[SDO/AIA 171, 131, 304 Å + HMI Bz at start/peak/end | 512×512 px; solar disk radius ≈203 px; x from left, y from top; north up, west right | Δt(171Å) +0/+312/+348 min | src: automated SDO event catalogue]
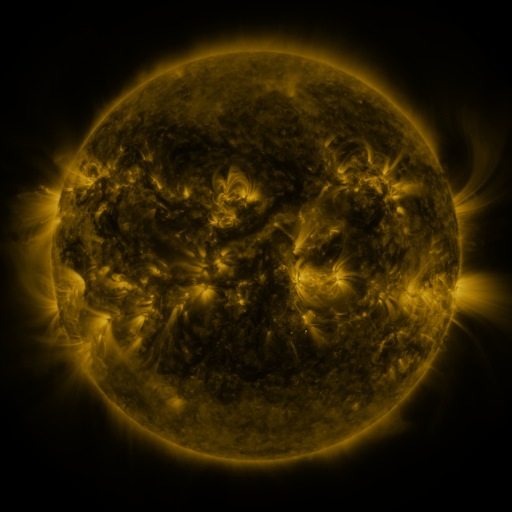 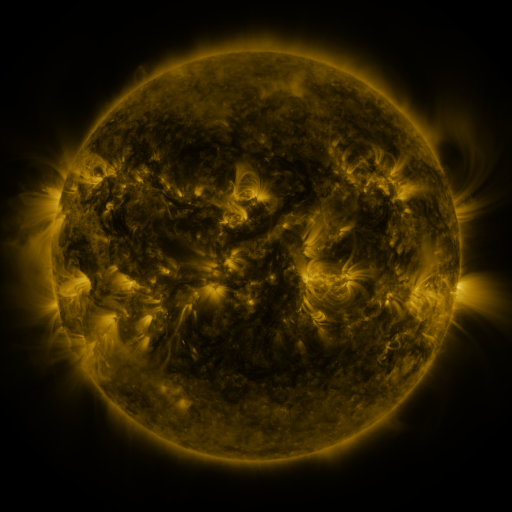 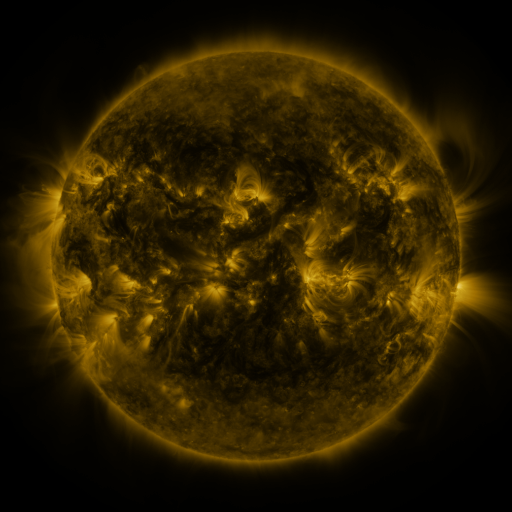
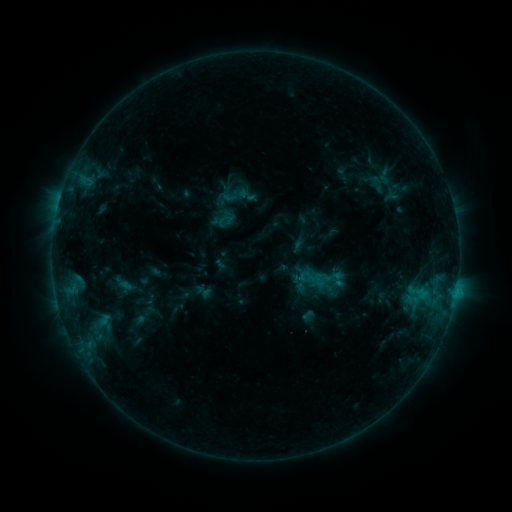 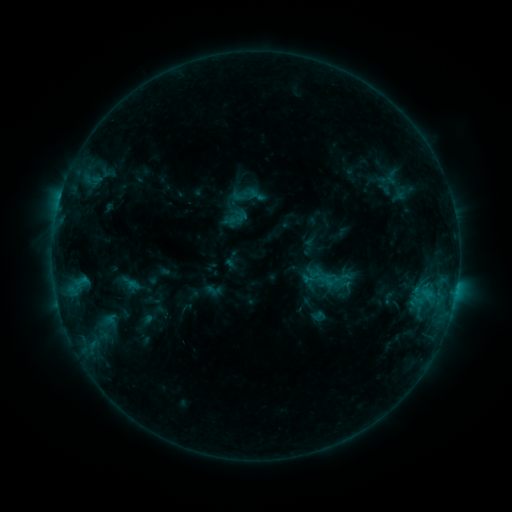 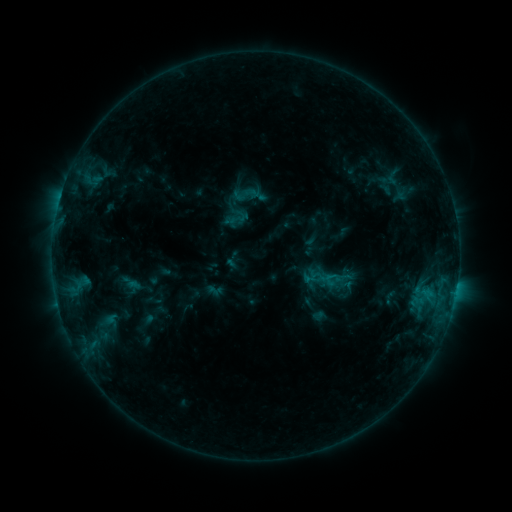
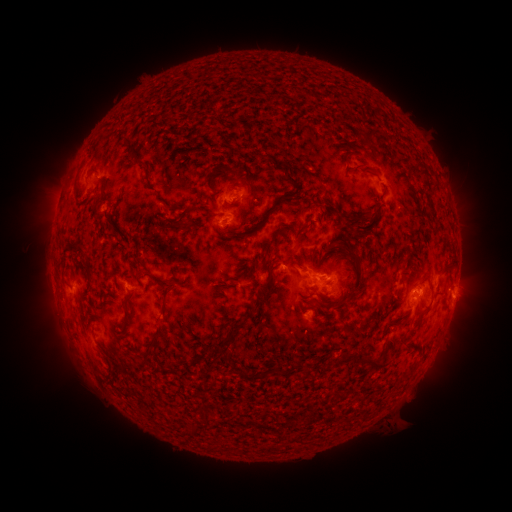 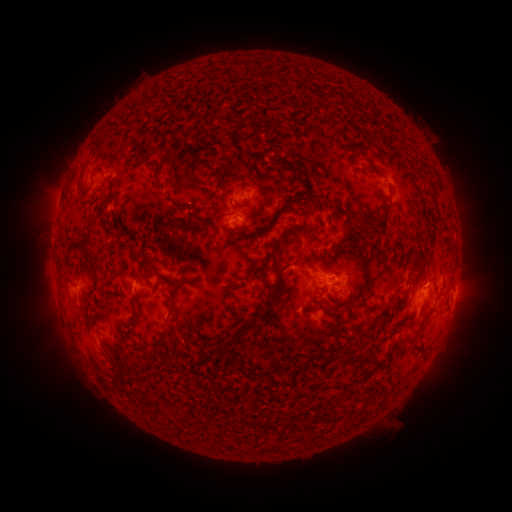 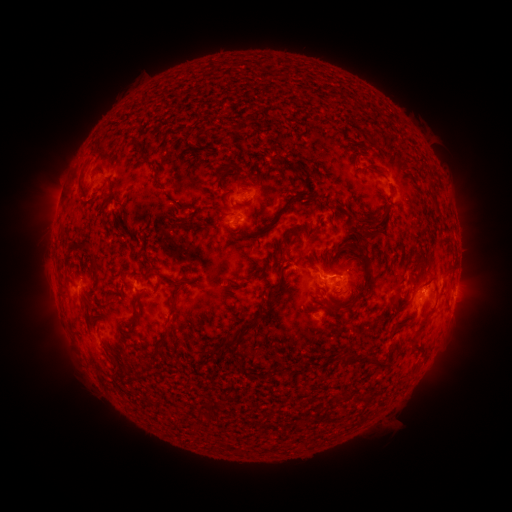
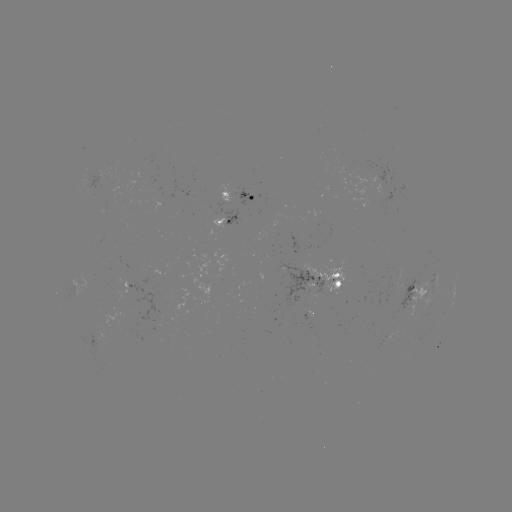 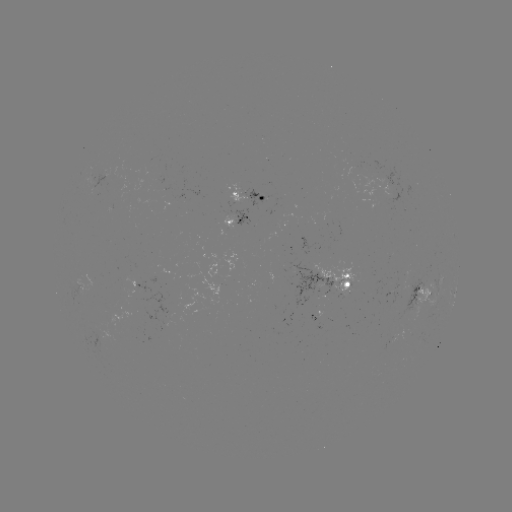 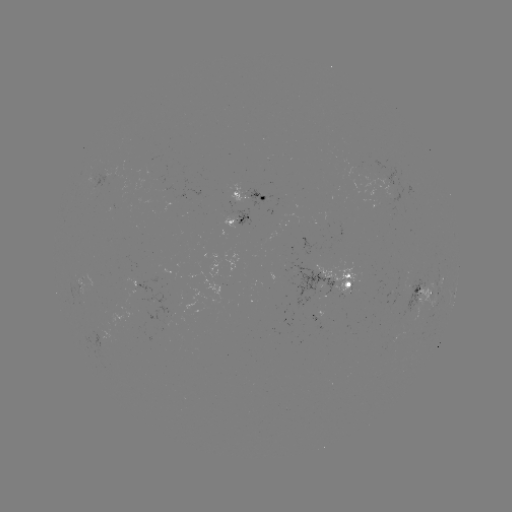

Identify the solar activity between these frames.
emerging-flux region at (112, 183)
